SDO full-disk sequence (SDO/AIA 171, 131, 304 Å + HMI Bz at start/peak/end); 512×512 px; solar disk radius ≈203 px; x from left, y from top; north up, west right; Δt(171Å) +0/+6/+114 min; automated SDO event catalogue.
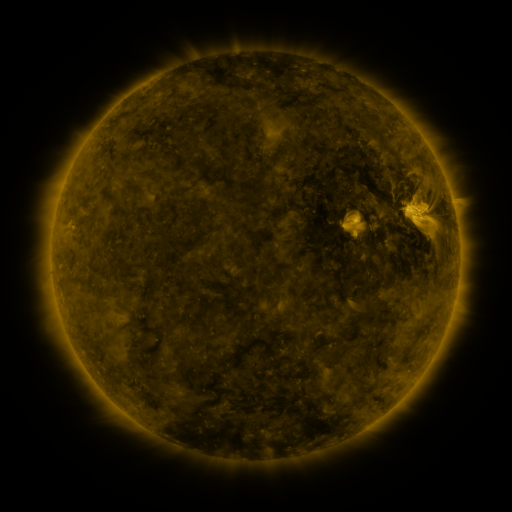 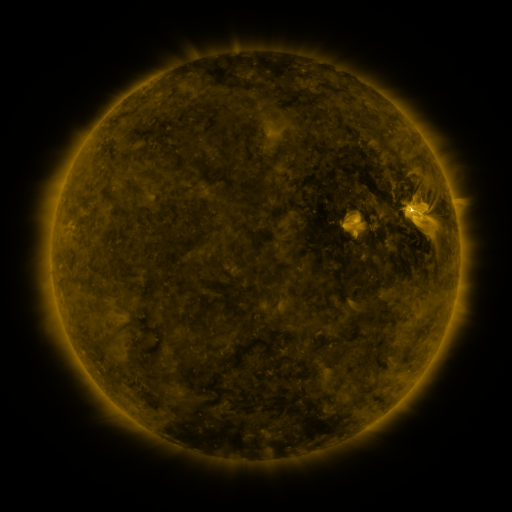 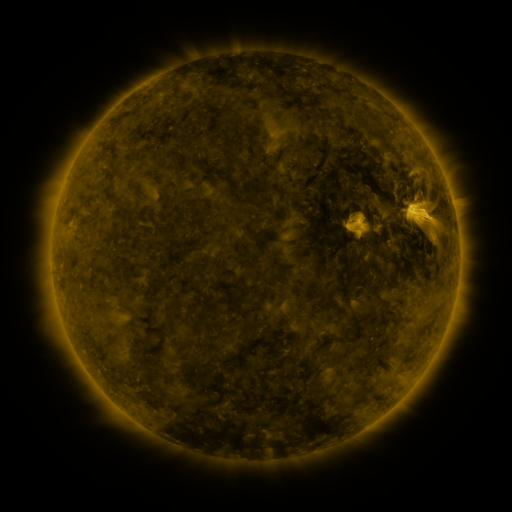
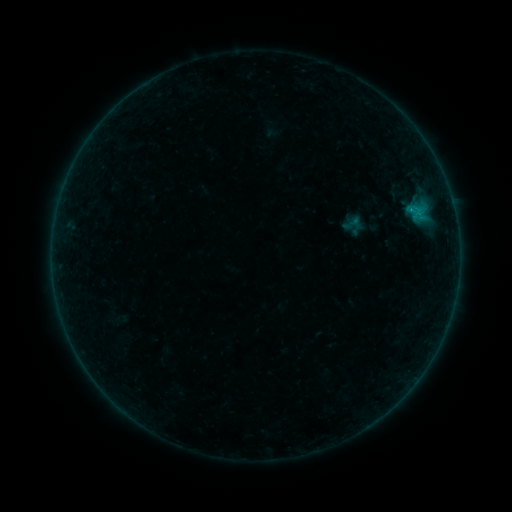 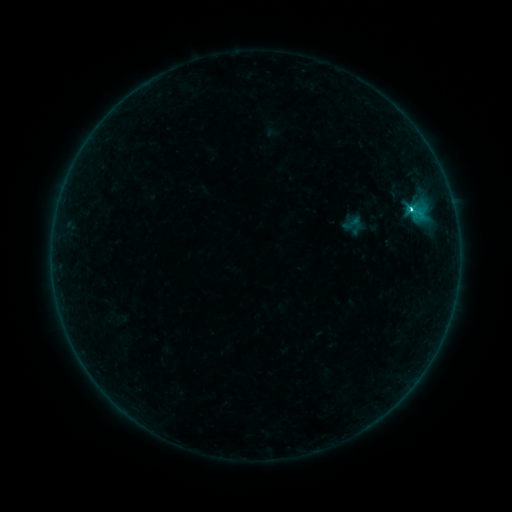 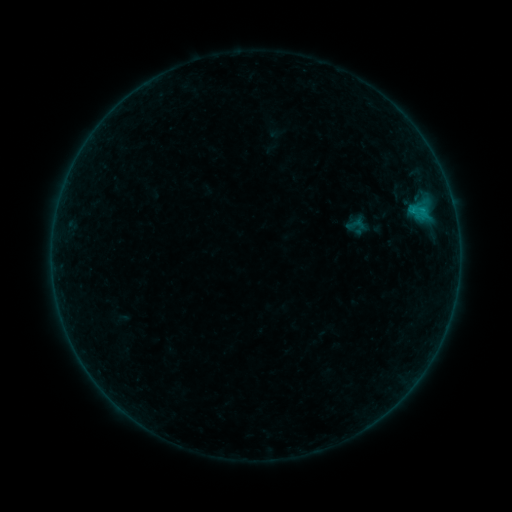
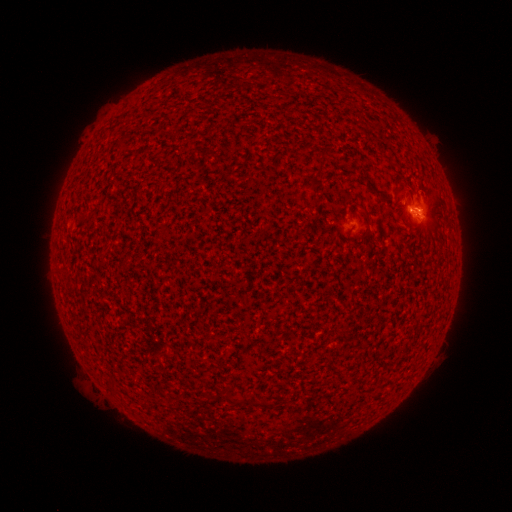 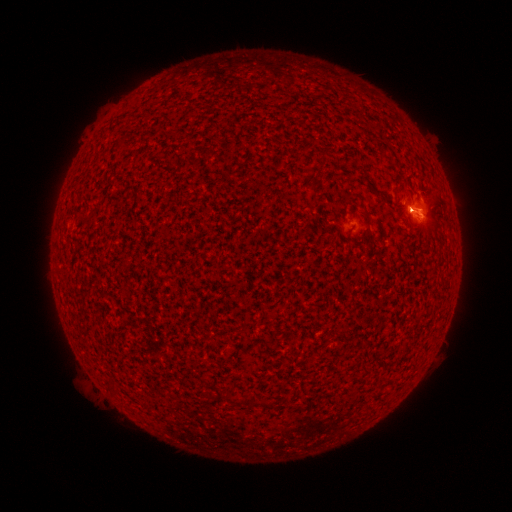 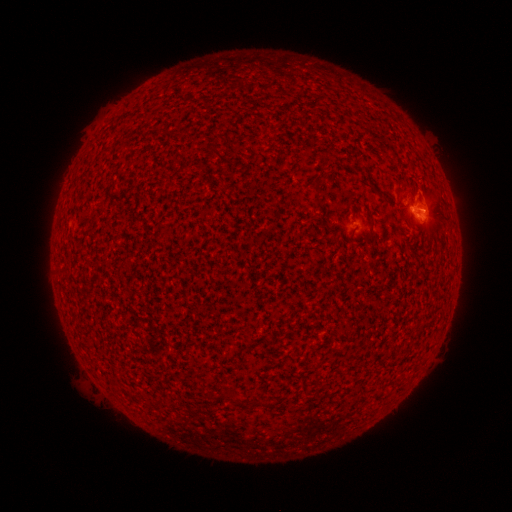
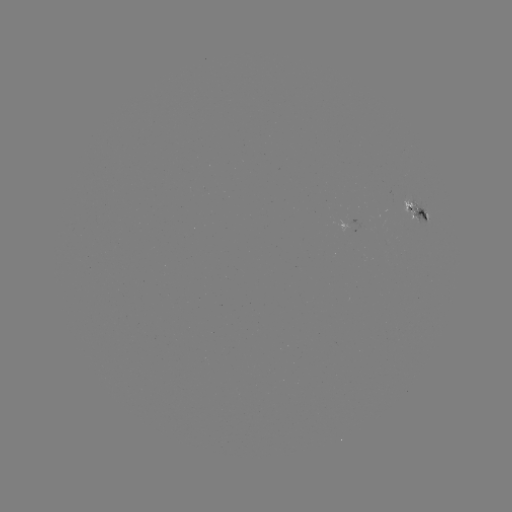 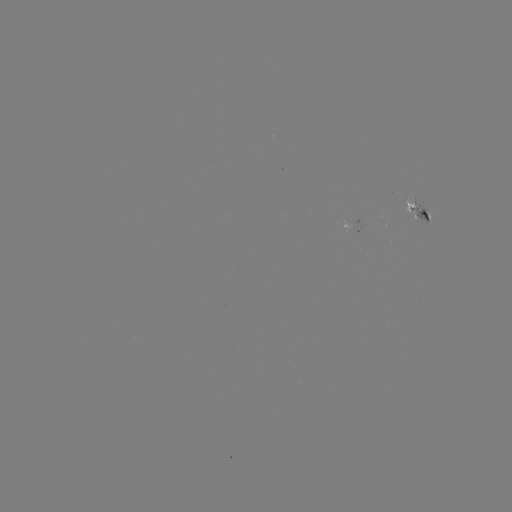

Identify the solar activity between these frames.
C2.6 flare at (410, 212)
